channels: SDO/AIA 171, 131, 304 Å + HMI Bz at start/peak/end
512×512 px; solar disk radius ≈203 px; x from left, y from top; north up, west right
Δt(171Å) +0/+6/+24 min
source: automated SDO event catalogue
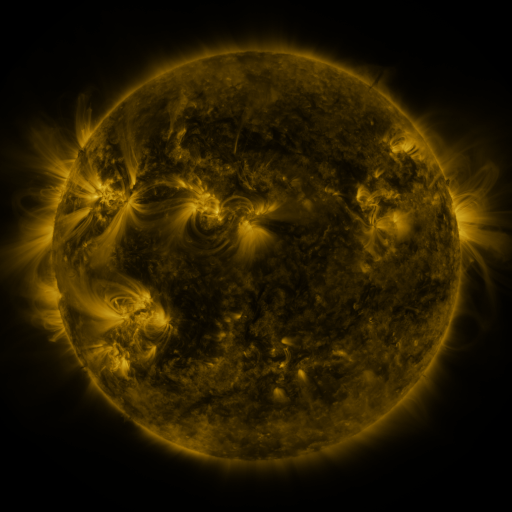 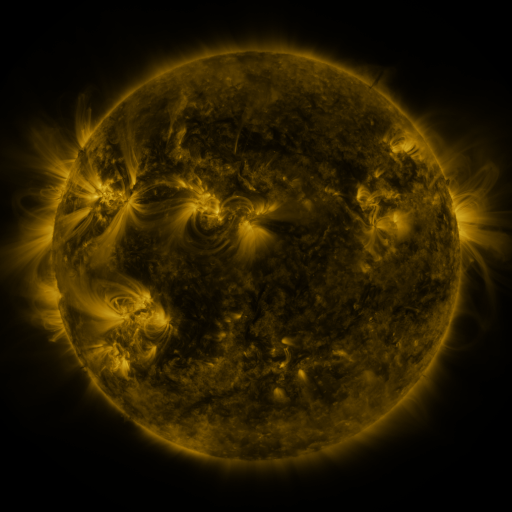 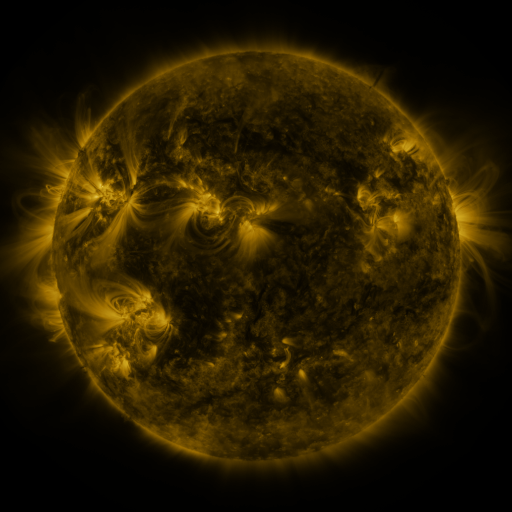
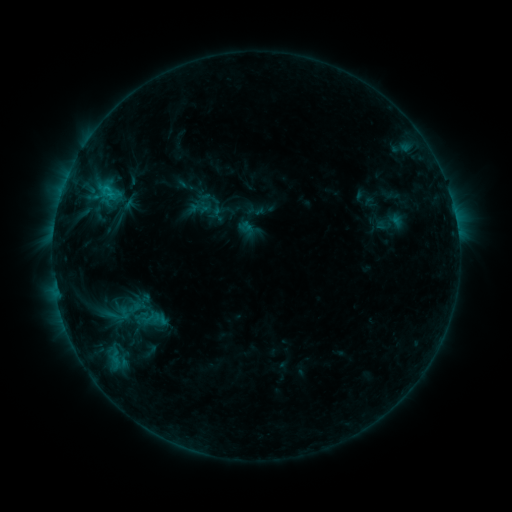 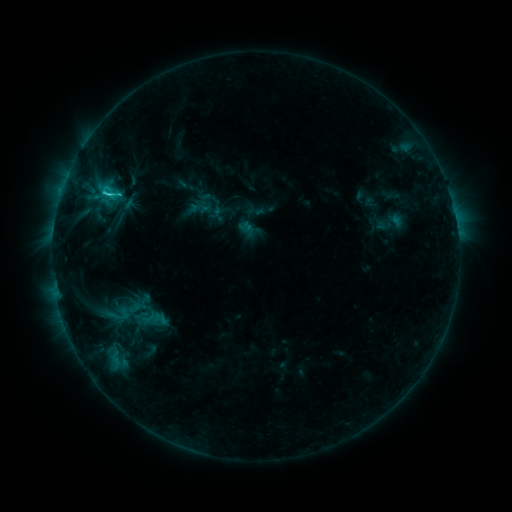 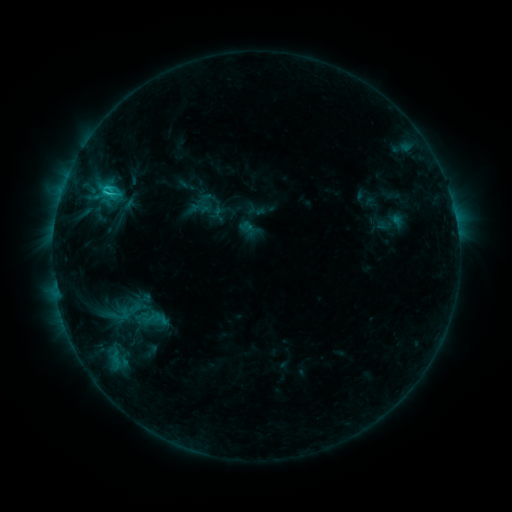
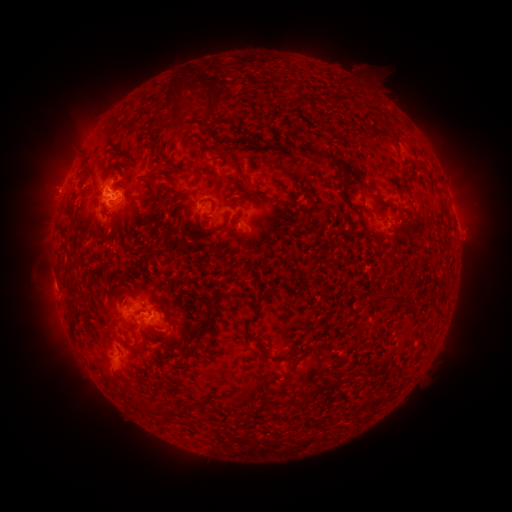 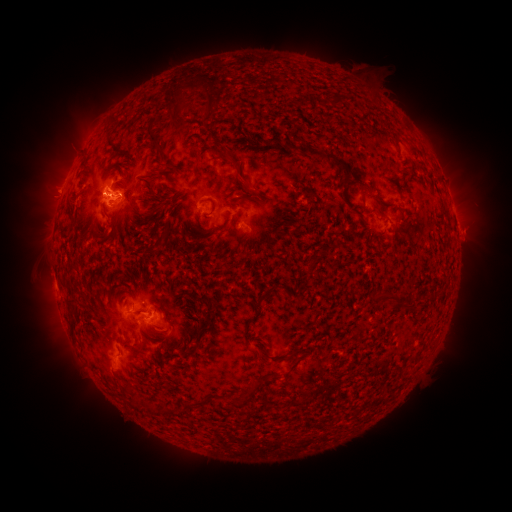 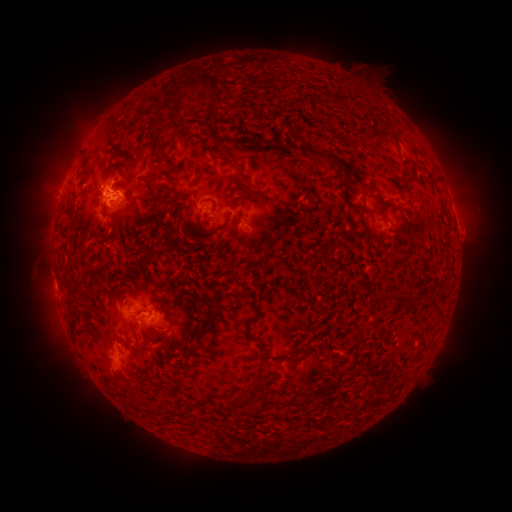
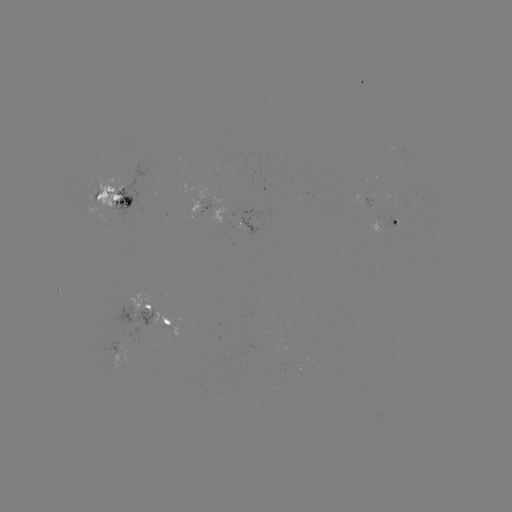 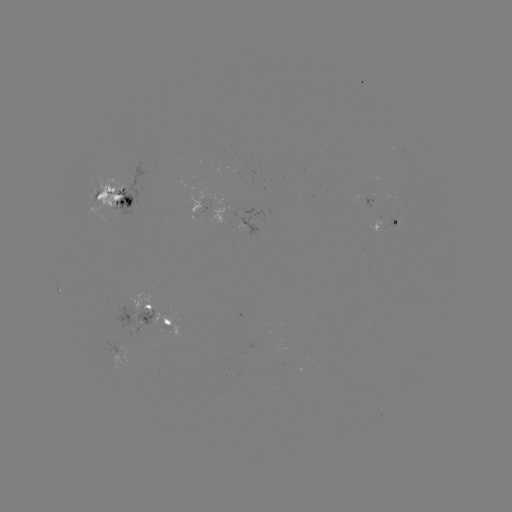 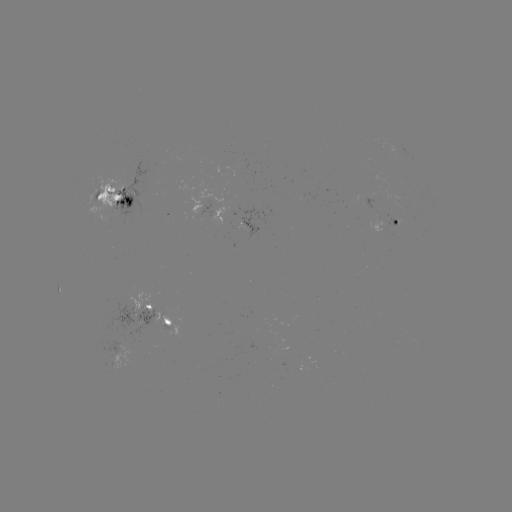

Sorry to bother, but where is C2.9 flare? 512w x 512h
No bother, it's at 109,195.